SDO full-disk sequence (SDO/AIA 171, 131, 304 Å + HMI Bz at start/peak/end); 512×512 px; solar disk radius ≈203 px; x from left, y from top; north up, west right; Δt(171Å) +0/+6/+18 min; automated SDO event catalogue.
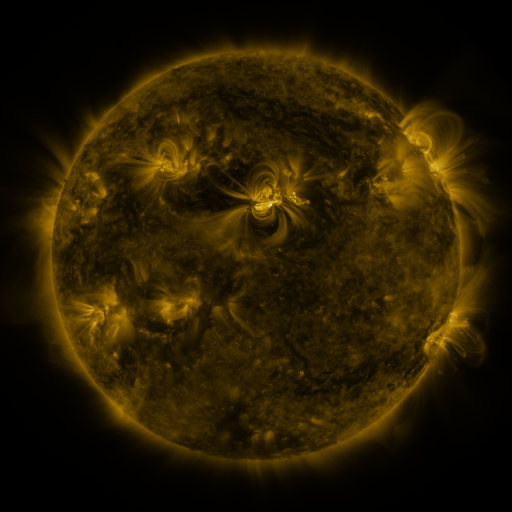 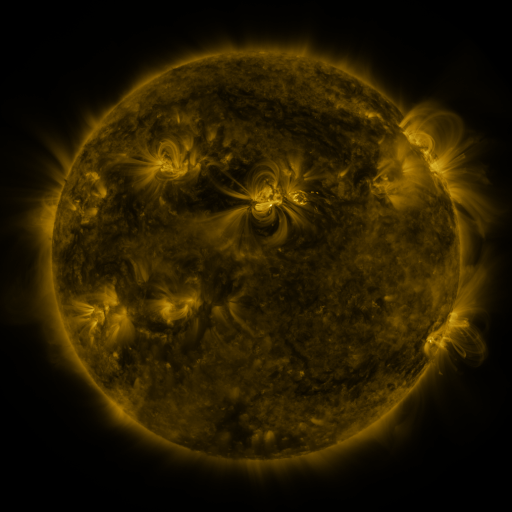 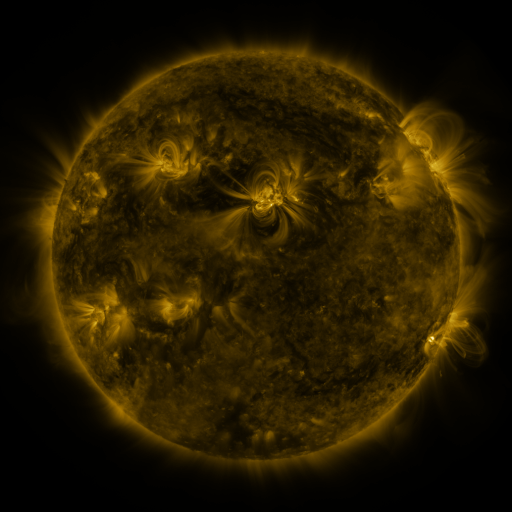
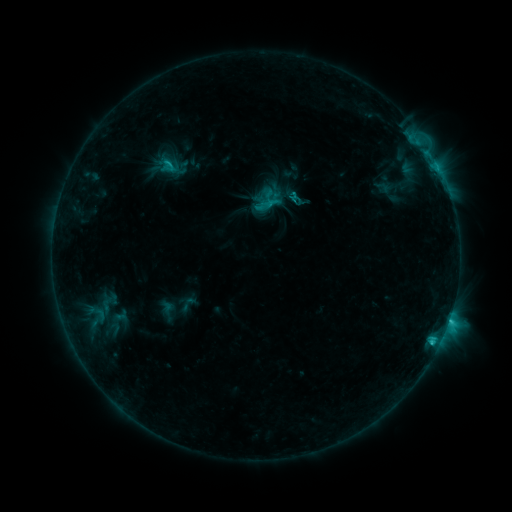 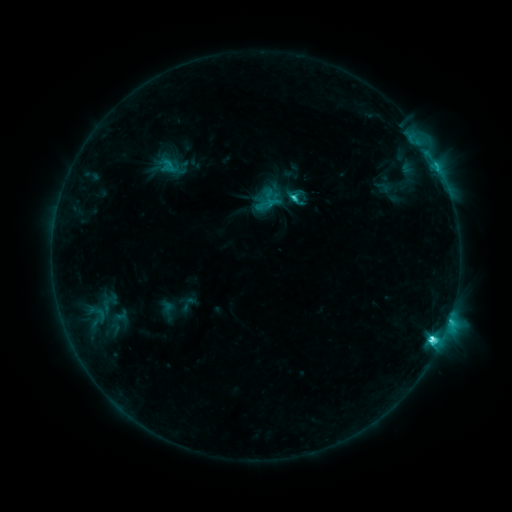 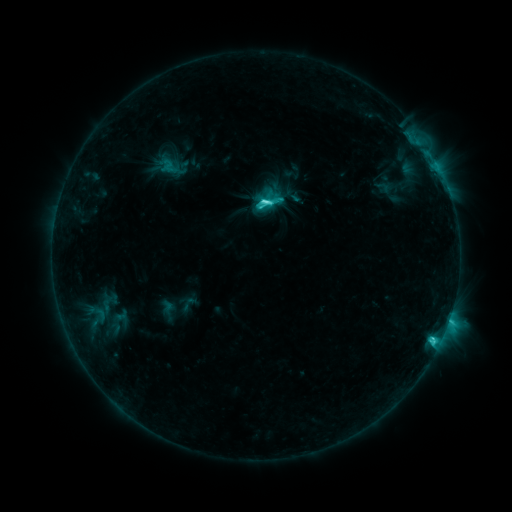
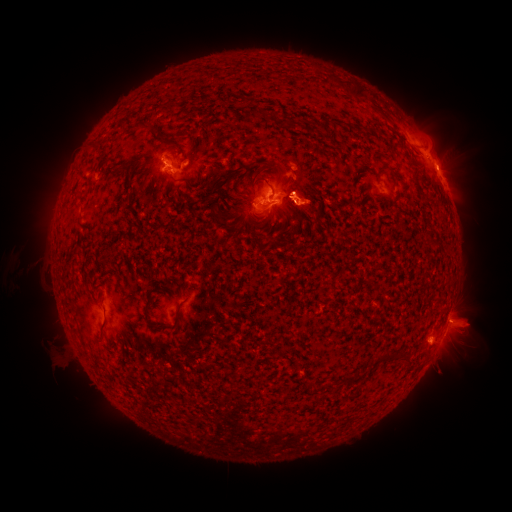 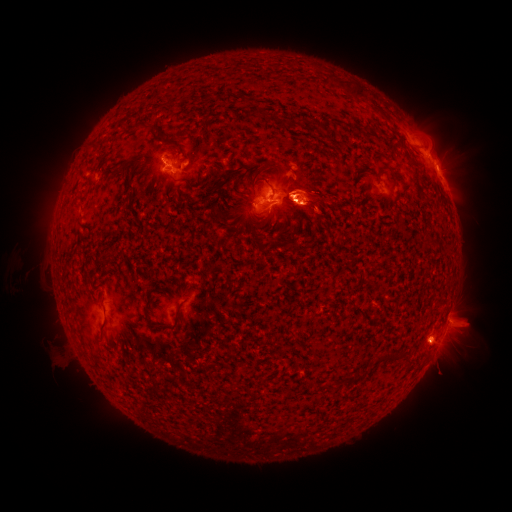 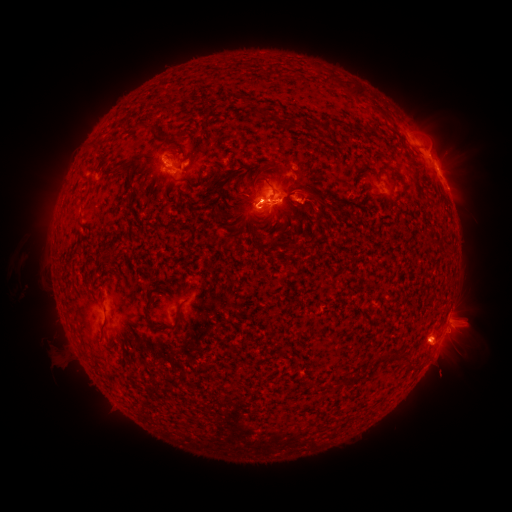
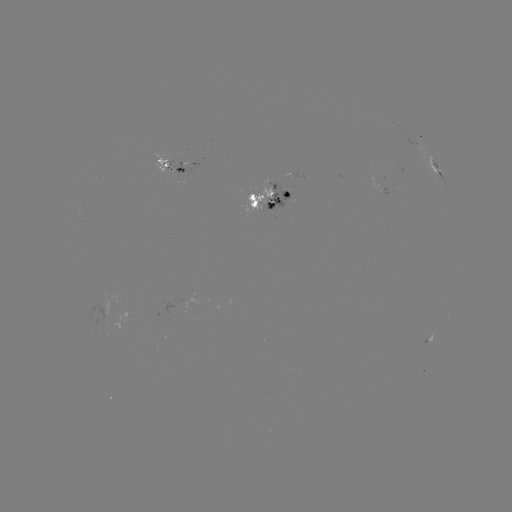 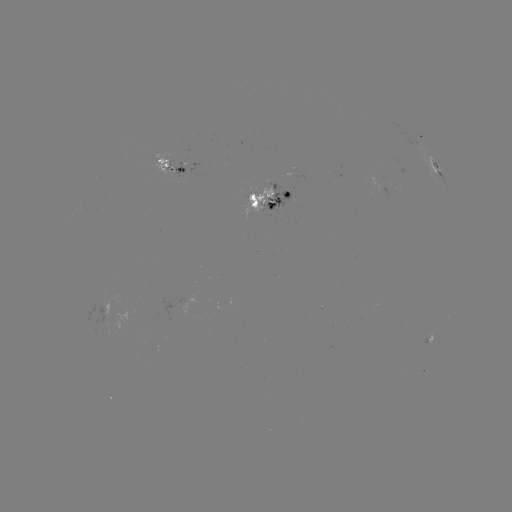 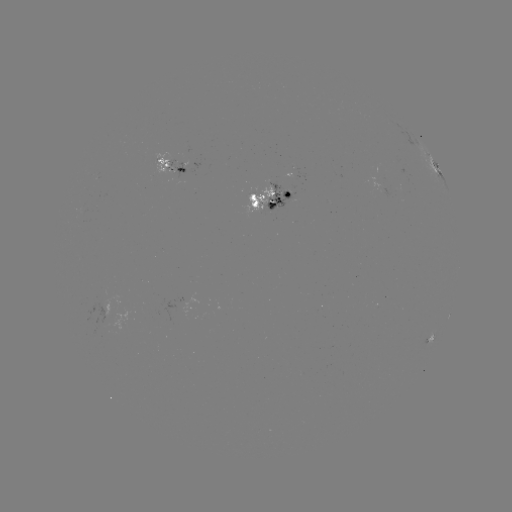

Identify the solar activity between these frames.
M1.7 flare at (294, 202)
